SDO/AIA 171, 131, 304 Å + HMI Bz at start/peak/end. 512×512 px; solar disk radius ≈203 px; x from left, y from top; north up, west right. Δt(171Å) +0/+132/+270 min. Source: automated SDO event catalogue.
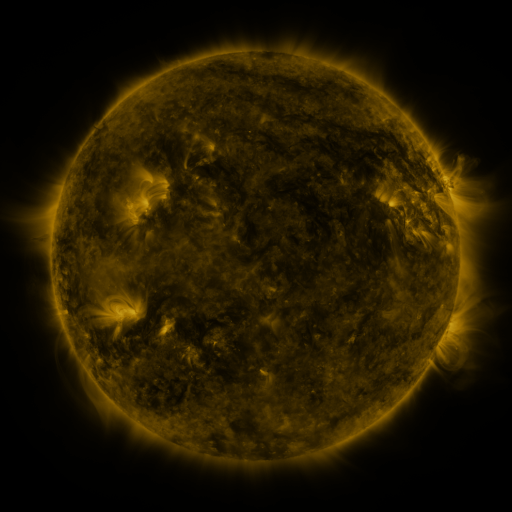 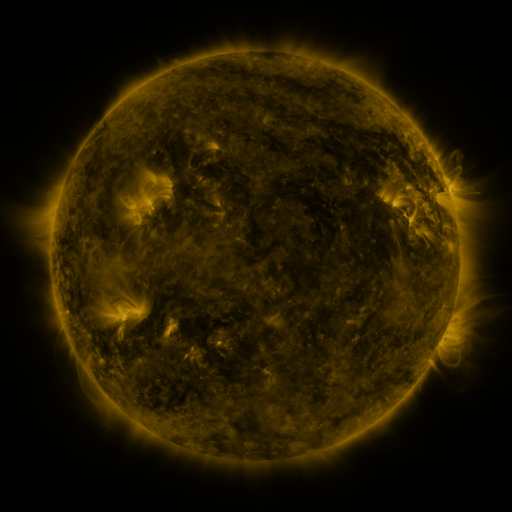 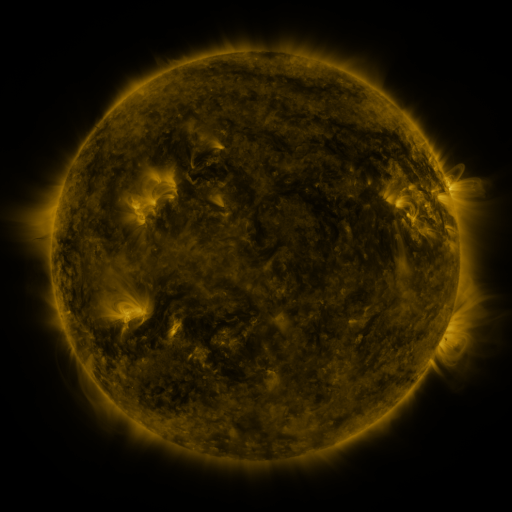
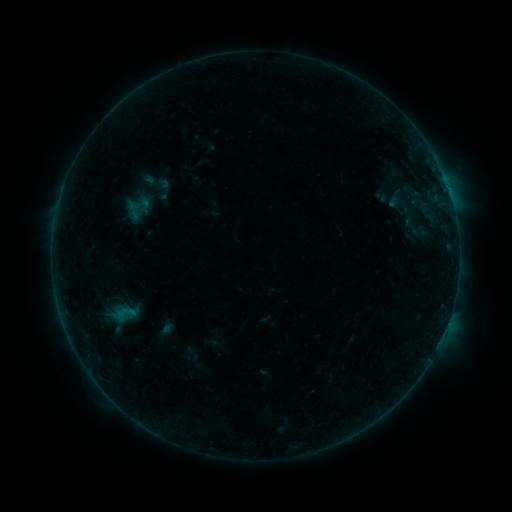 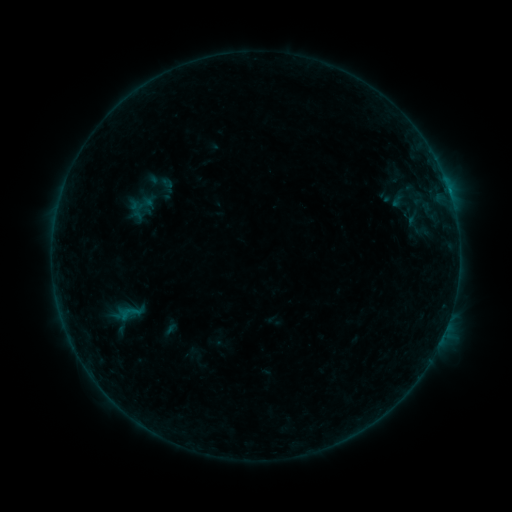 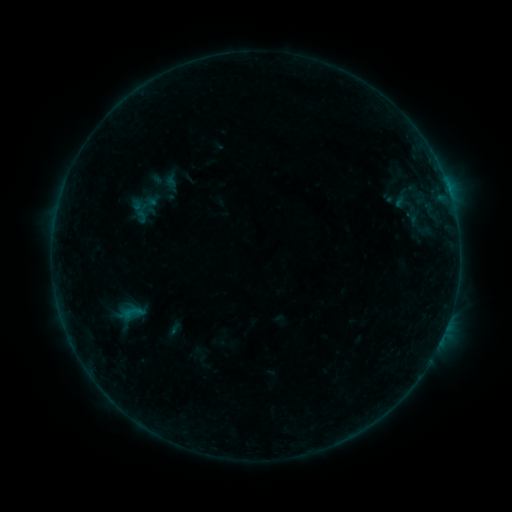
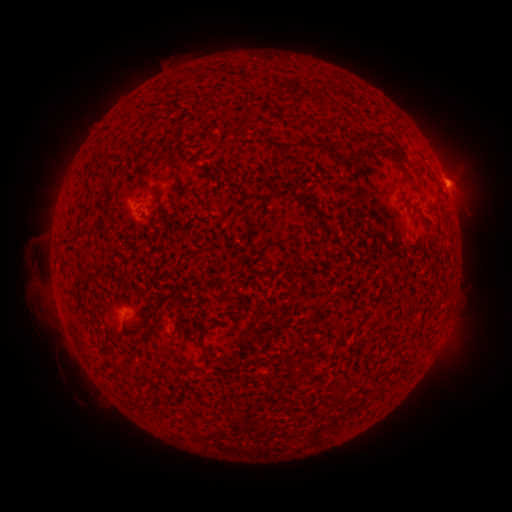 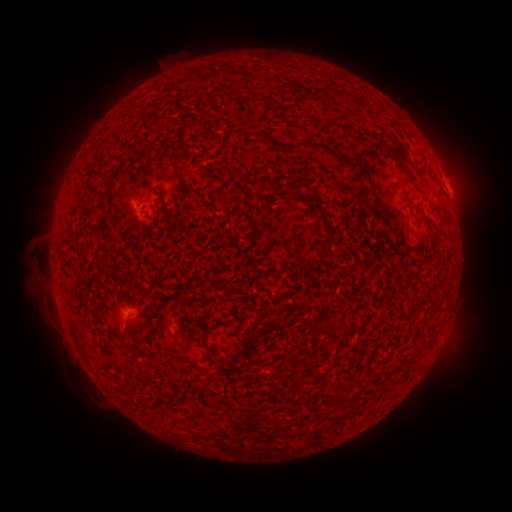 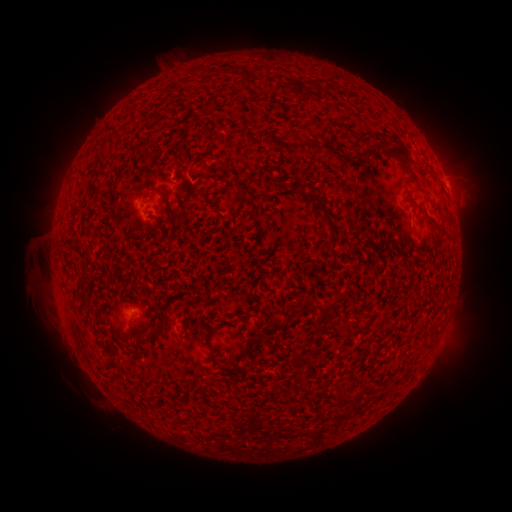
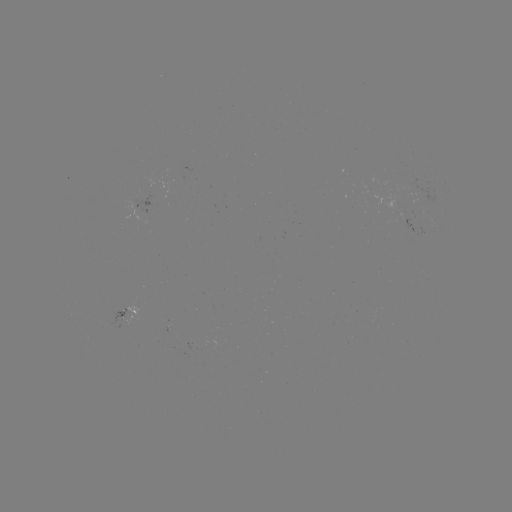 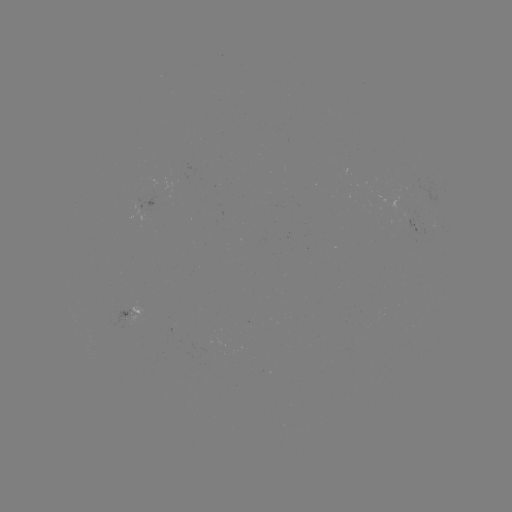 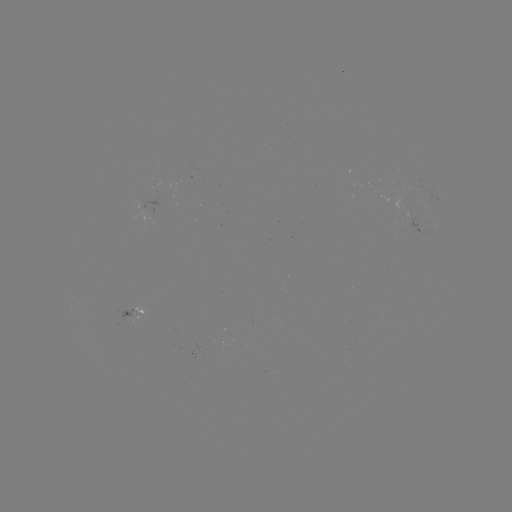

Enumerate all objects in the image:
filament eruption: (174, 142)
